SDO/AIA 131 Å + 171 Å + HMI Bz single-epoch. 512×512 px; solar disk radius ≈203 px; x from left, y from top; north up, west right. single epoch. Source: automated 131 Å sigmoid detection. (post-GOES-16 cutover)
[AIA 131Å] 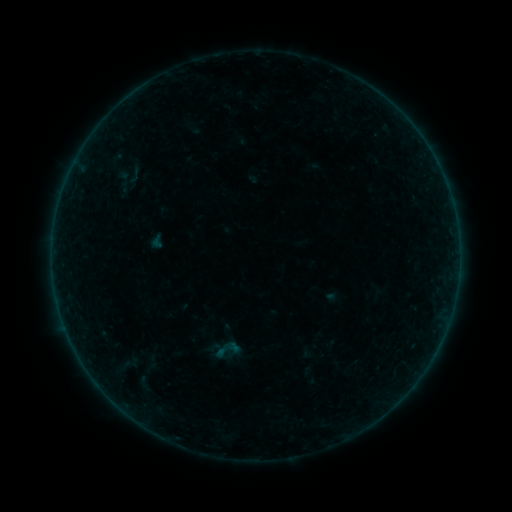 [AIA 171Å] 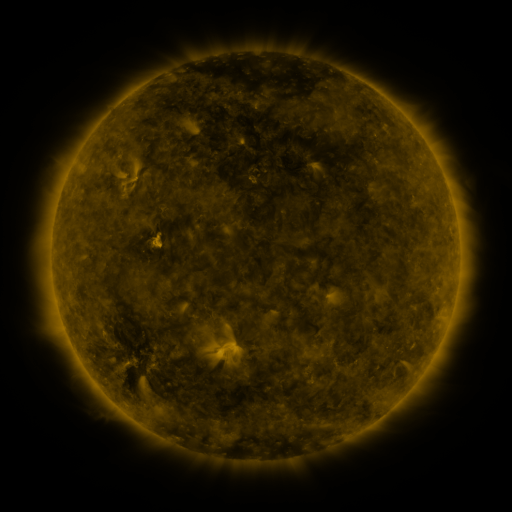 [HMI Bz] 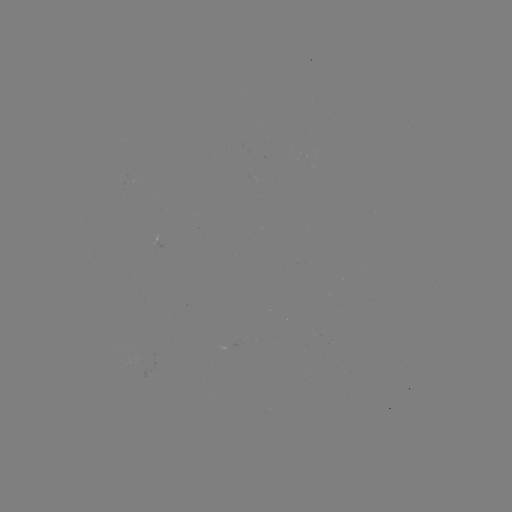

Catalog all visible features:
sigmoid: [124, 164, 145, 186]
sigmoid: [210, 334, 244, 365]
sigmoid: [139, 352, 167, 370]
